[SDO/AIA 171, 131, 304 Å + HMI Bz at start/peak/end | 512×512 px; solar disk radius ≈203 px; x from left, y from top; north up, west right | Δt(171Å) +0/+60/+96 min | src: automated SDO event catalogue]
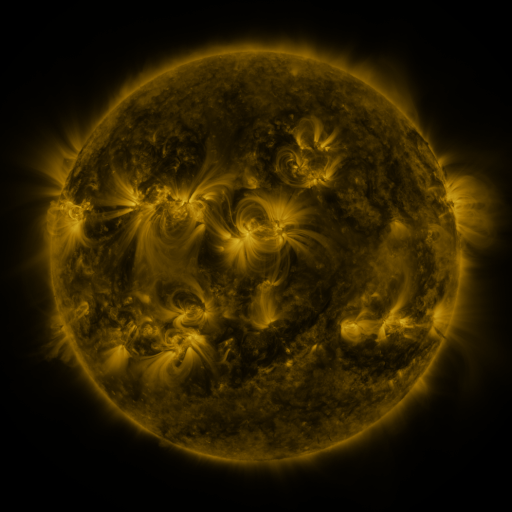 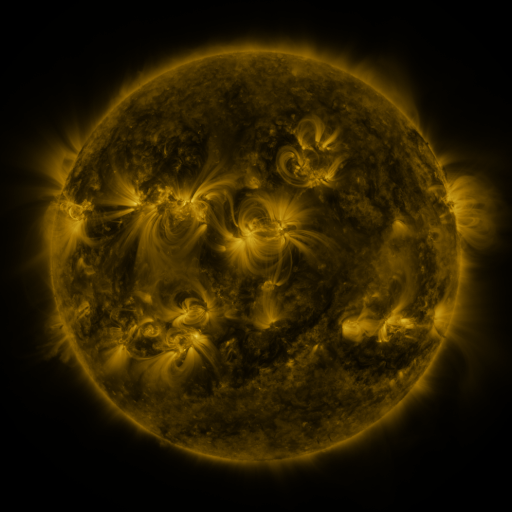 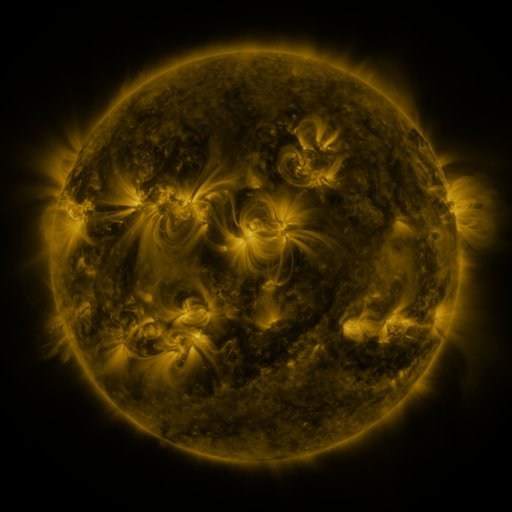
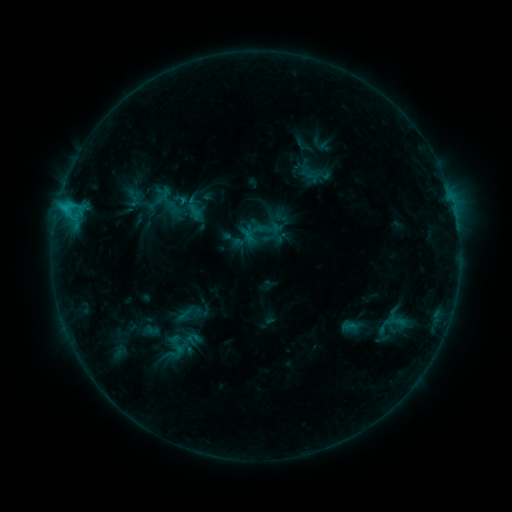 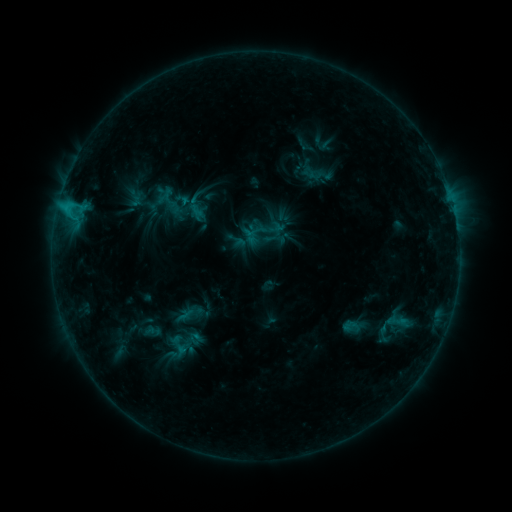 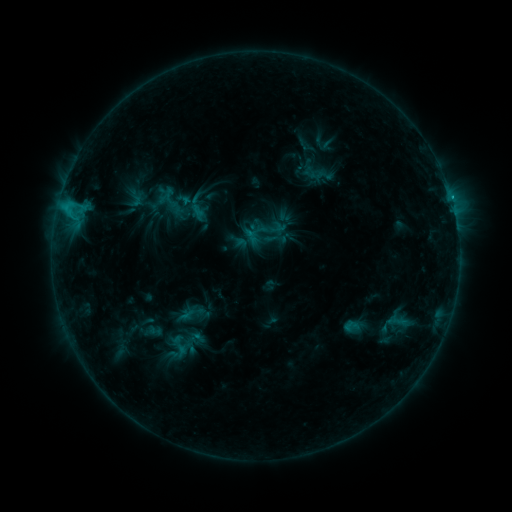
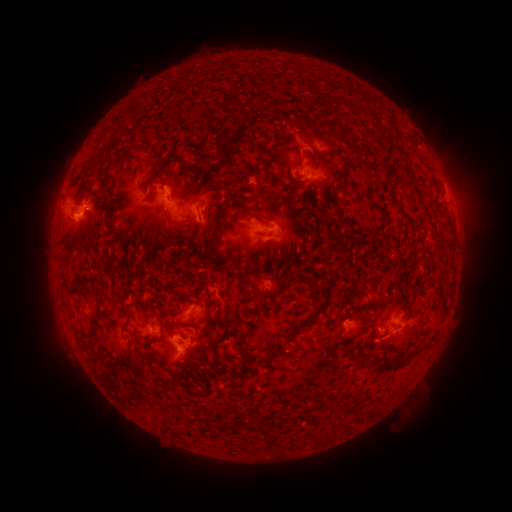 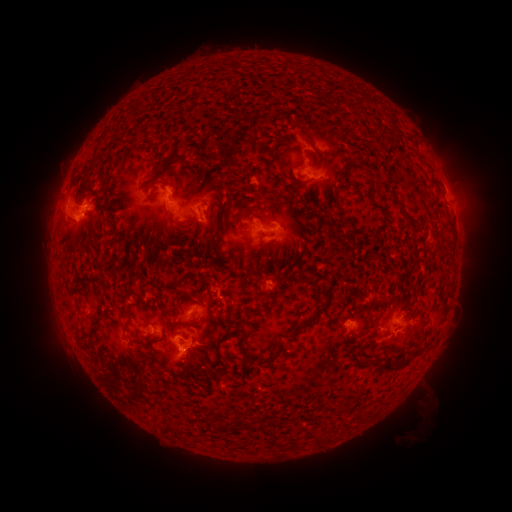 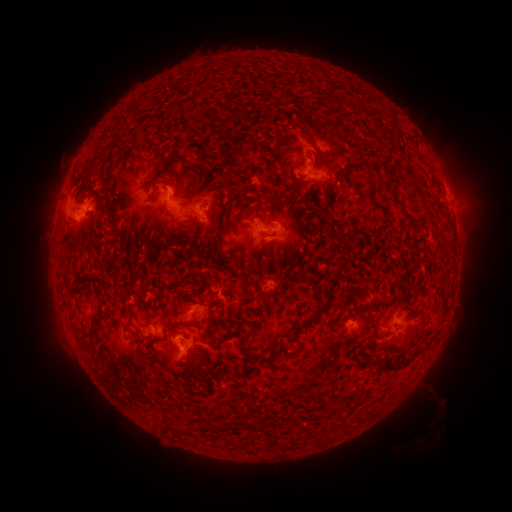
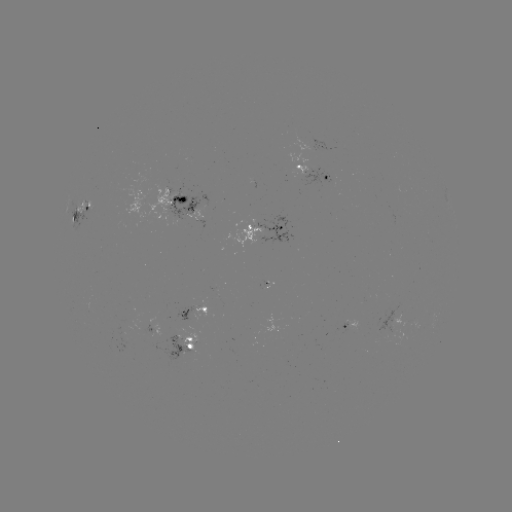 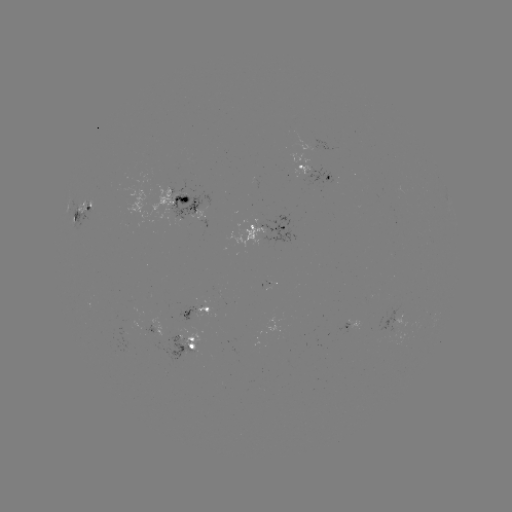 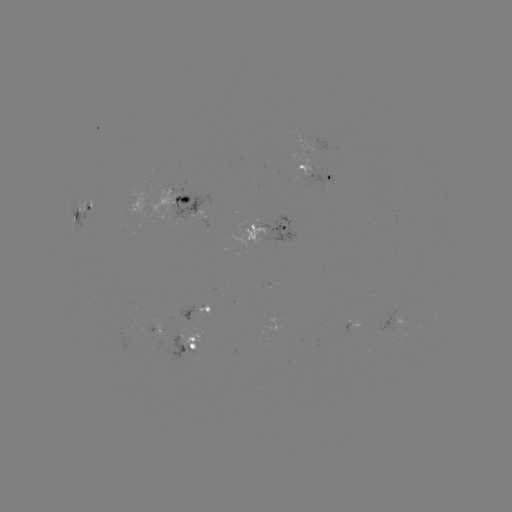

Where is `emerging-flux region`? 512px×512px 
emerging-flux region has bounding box [392, 311, 407, 327].